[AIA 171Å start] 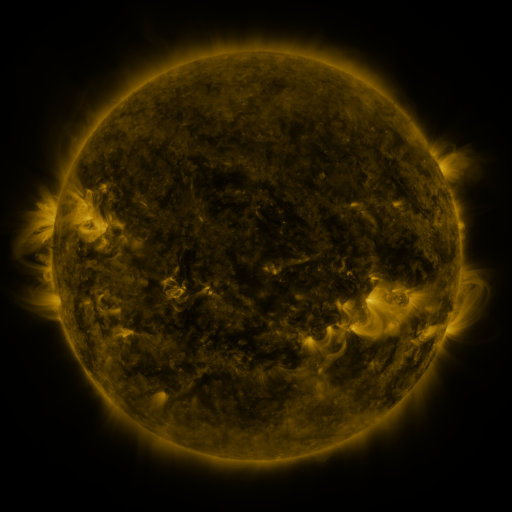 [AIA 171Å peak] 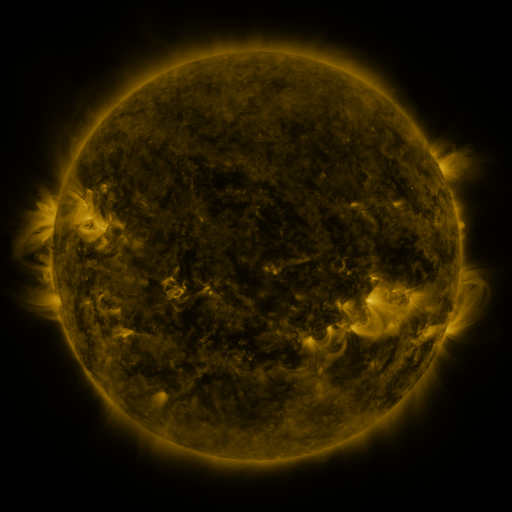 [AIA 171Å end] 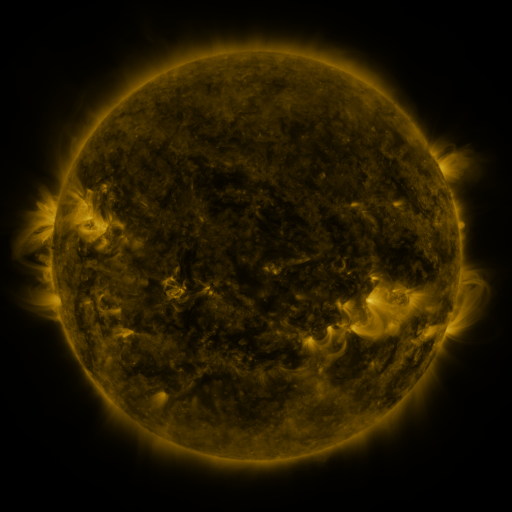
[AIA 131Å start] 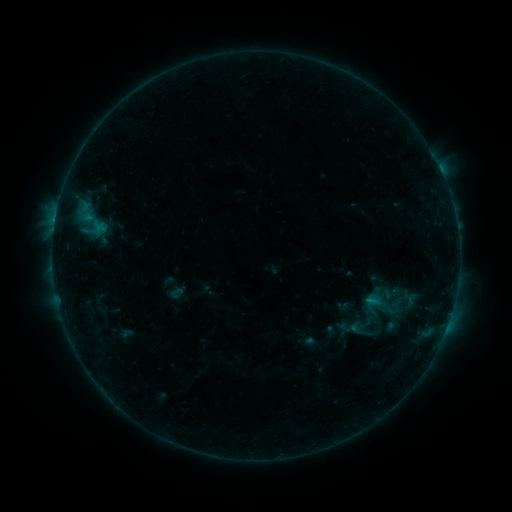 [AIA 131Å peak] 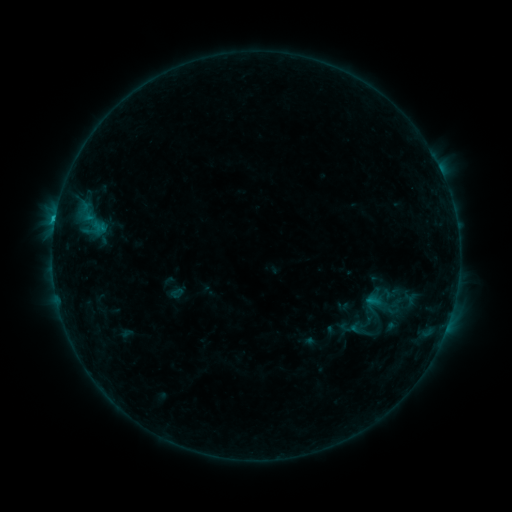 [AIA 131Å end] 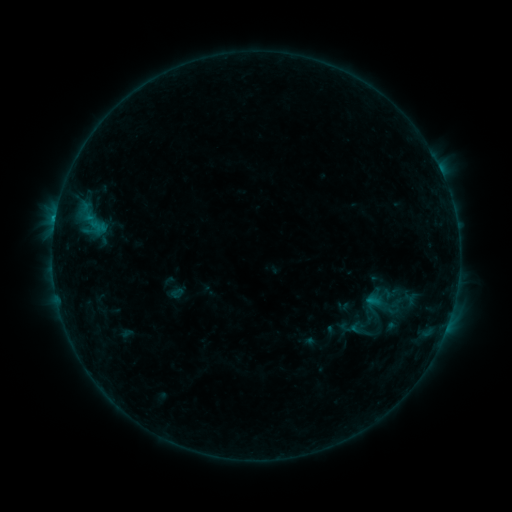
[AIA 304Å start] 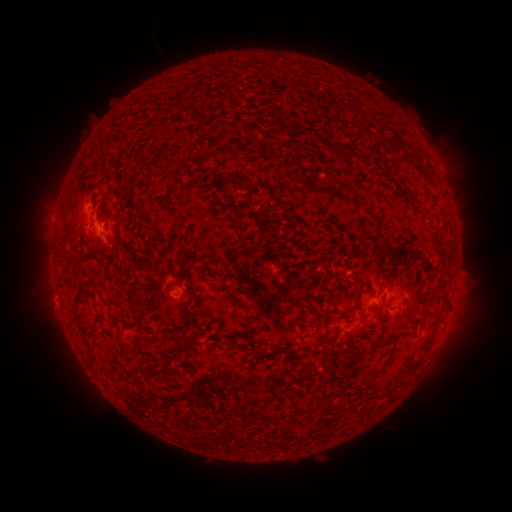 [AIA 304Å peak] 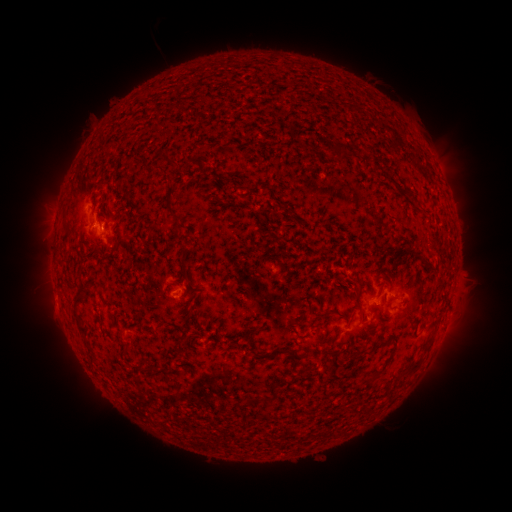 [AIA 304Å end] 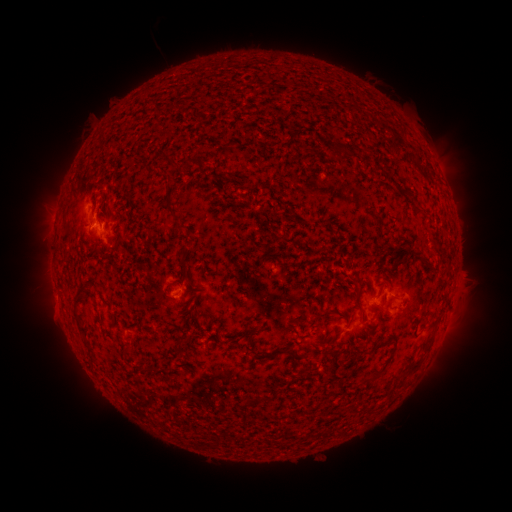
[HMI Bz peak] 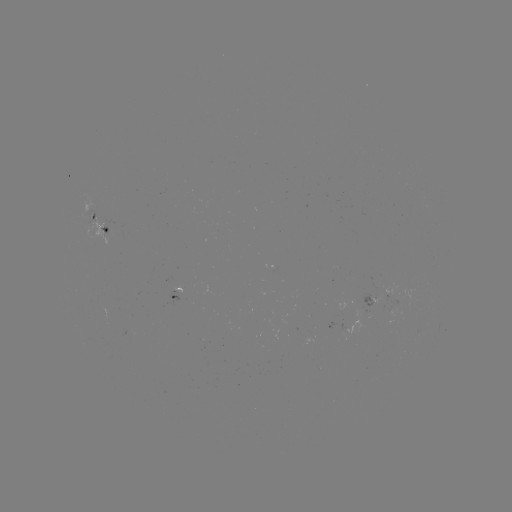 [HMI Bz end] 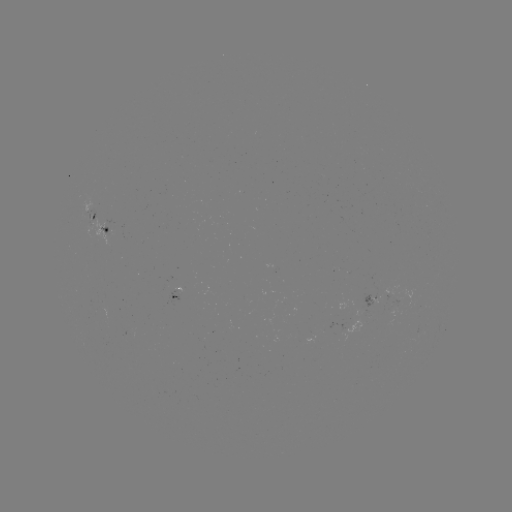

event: flare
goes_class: B6.3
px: (55, 220)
